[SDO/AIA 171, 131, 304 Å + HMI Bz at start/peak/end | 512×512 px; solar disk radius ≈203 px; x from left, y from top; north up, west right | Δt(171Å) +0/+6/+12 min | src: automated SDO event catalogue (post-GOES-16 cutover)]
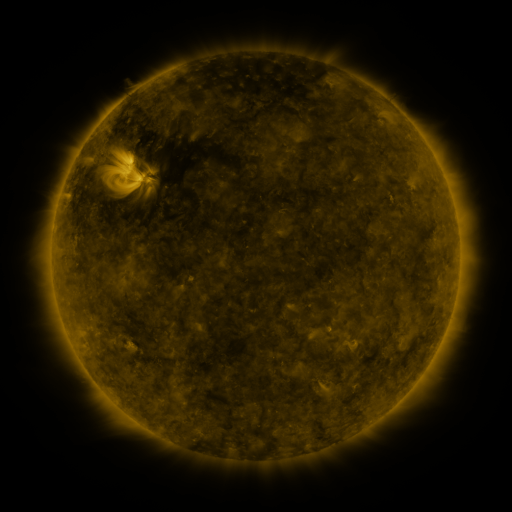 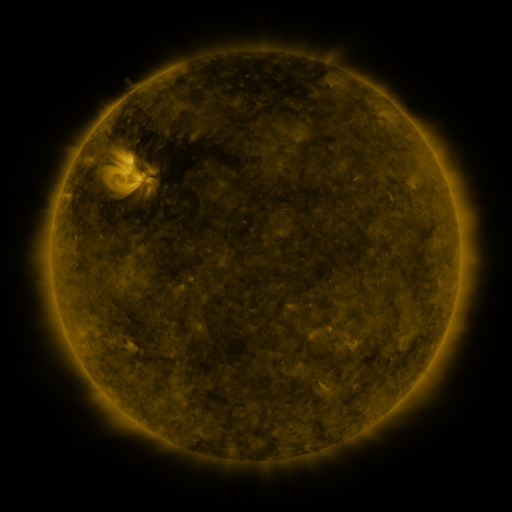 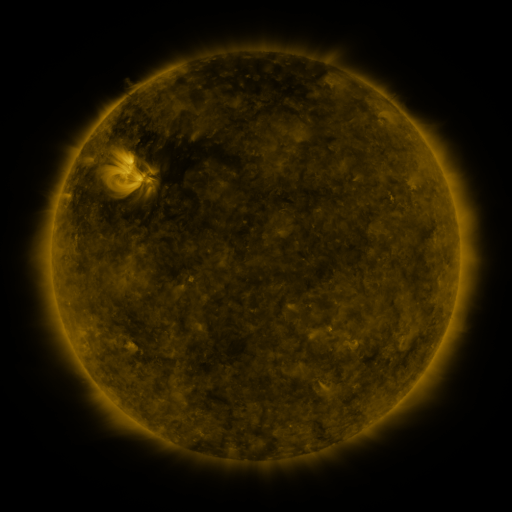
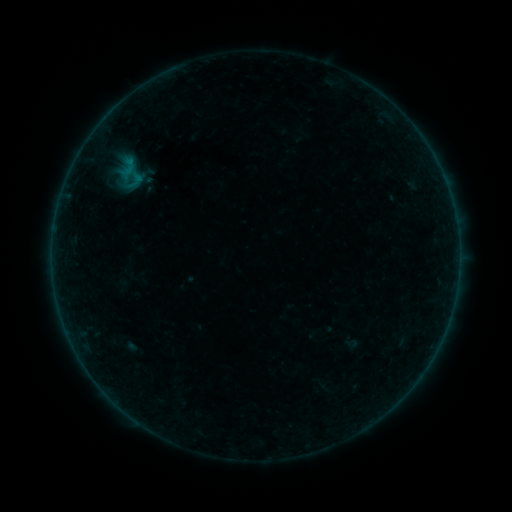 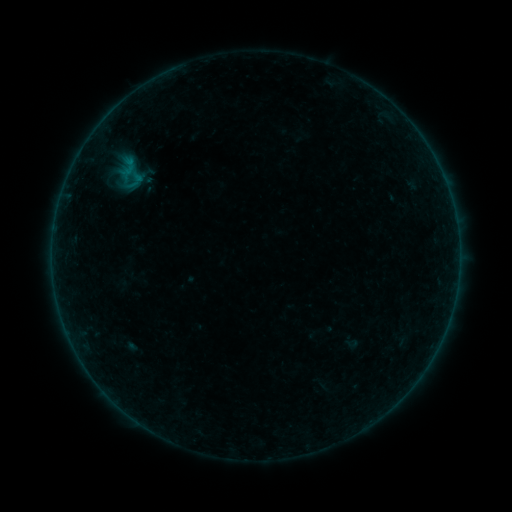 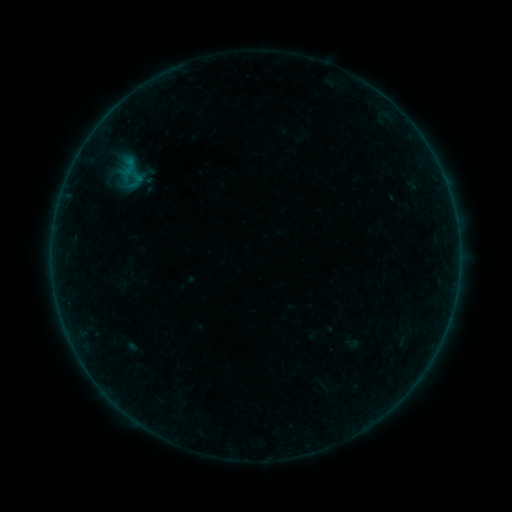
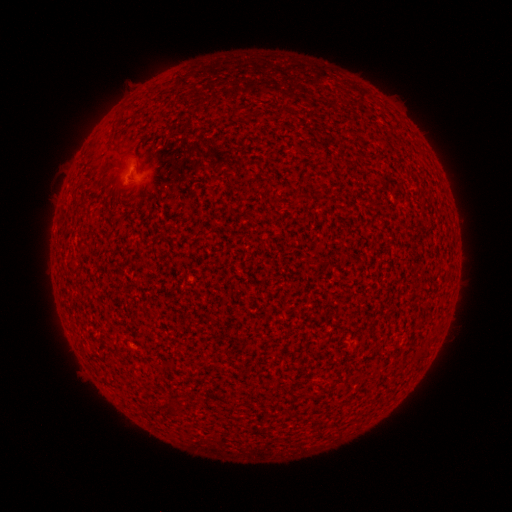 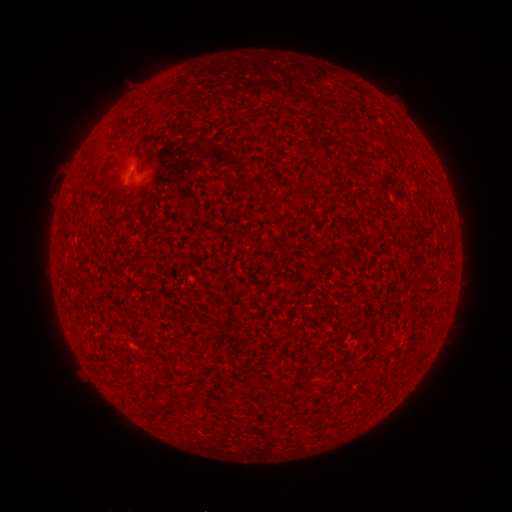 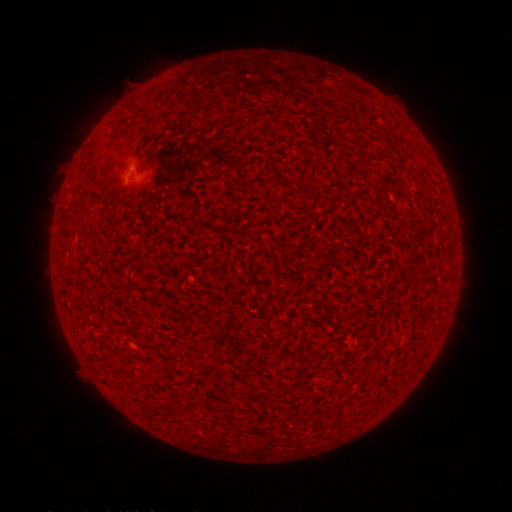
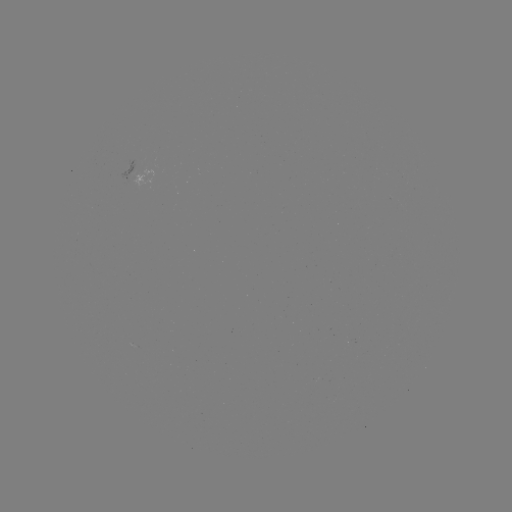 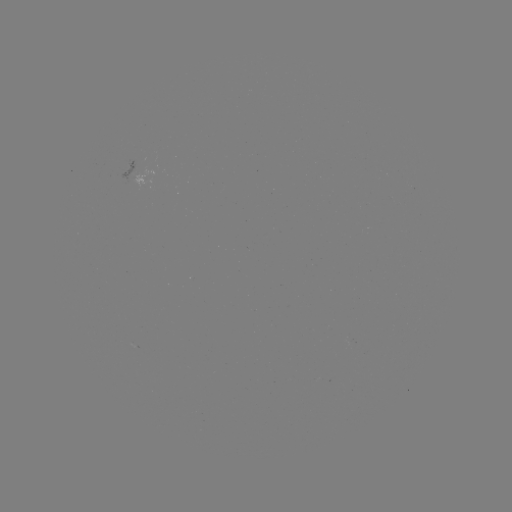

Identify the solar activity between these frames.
B1.3 flare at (129, 163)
